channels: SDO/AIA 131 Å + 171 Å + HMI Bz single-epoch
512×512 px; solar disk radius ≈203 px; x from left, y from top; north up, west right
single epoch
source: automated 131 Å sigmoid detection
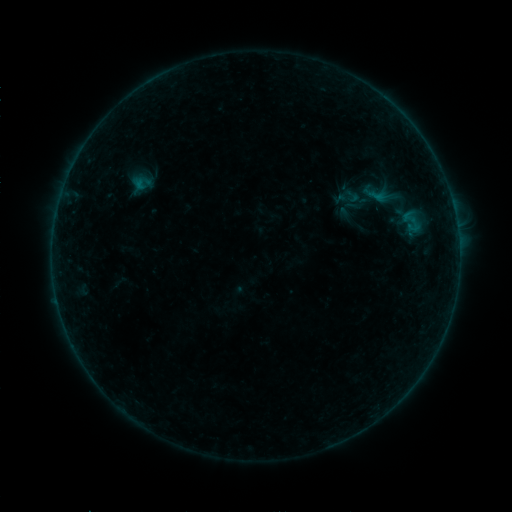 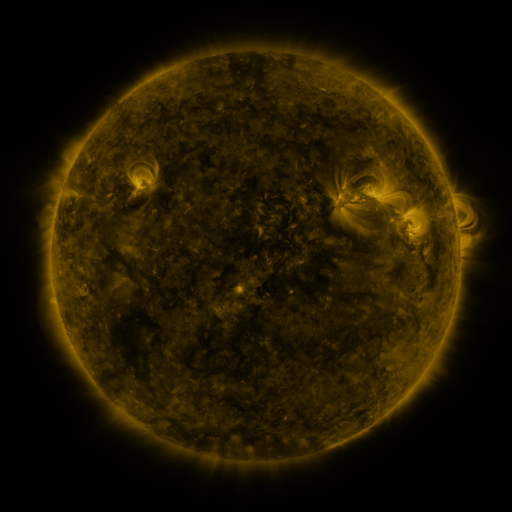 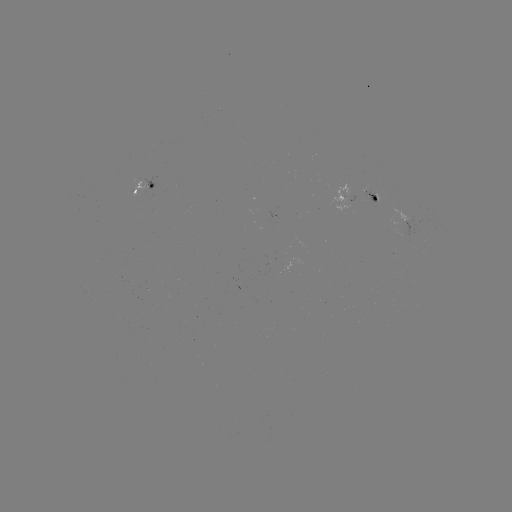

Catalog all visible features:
sigmoid: (353, 196)
